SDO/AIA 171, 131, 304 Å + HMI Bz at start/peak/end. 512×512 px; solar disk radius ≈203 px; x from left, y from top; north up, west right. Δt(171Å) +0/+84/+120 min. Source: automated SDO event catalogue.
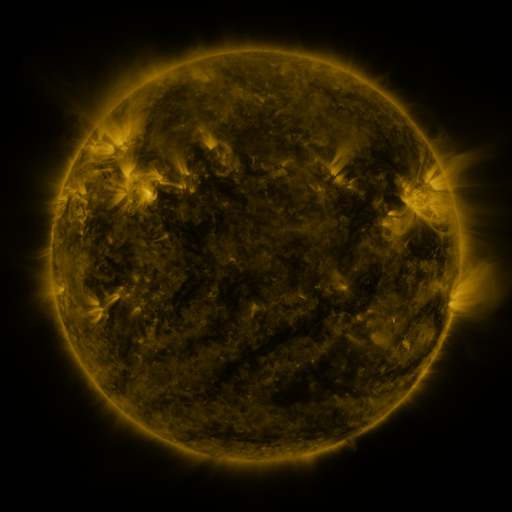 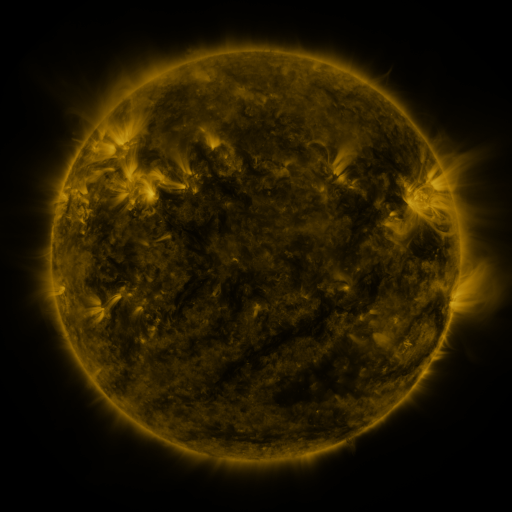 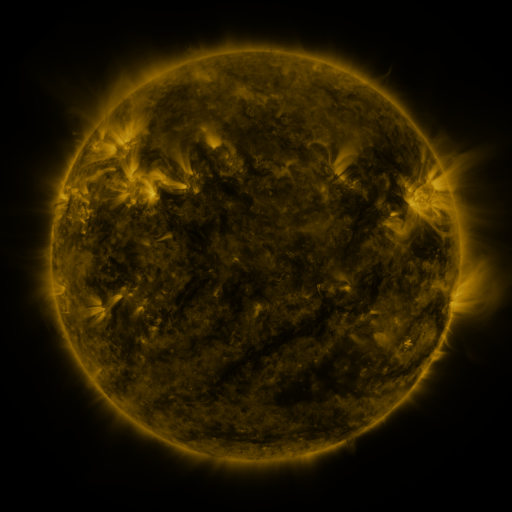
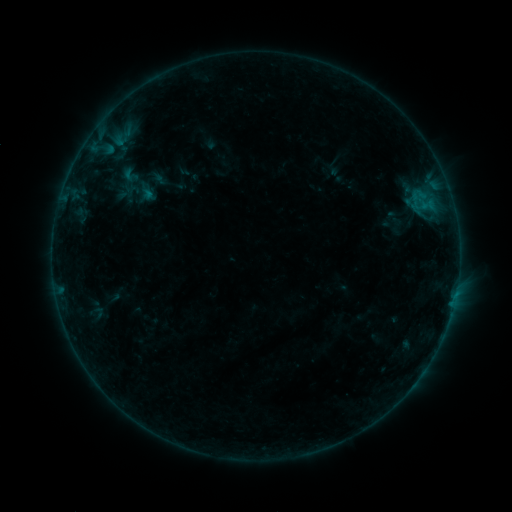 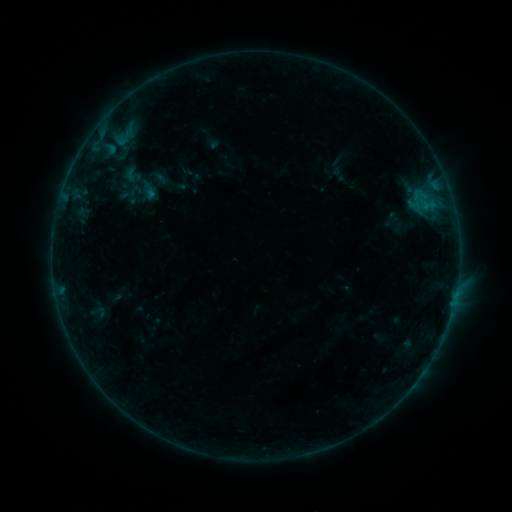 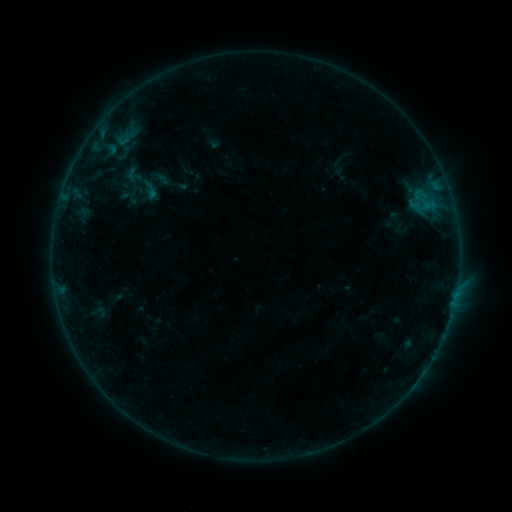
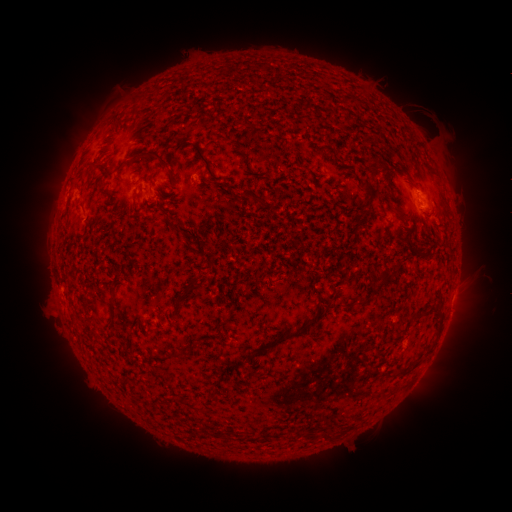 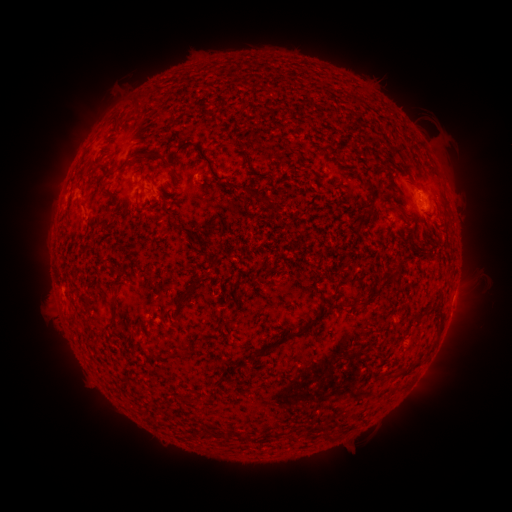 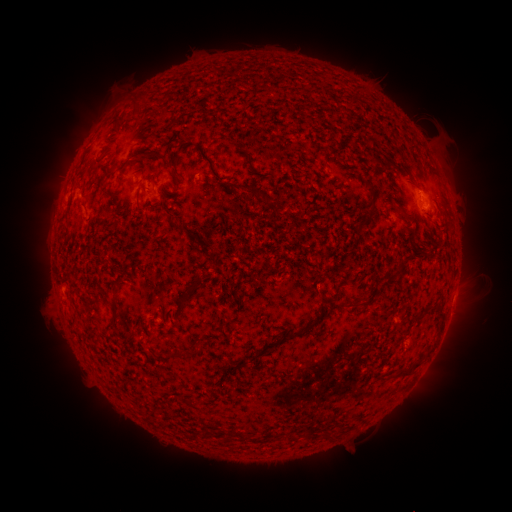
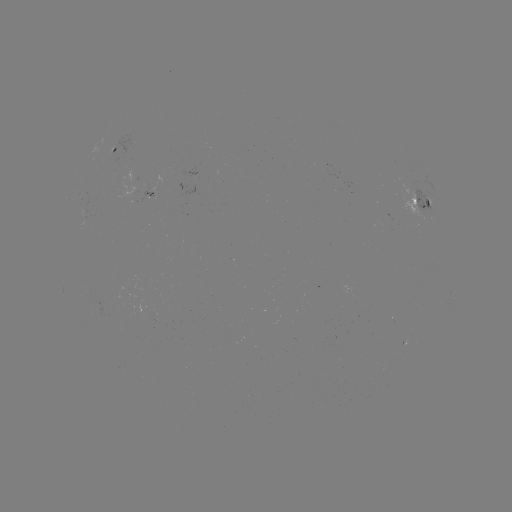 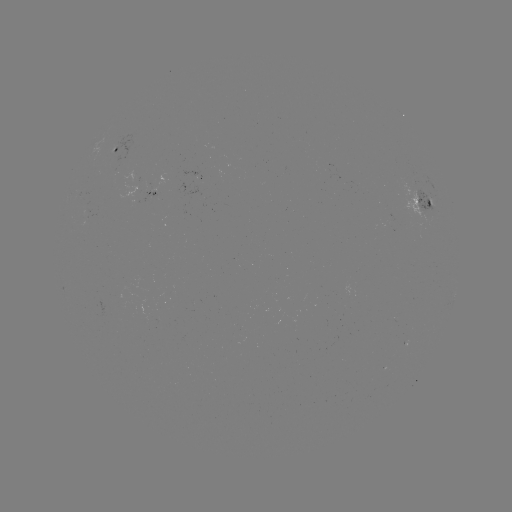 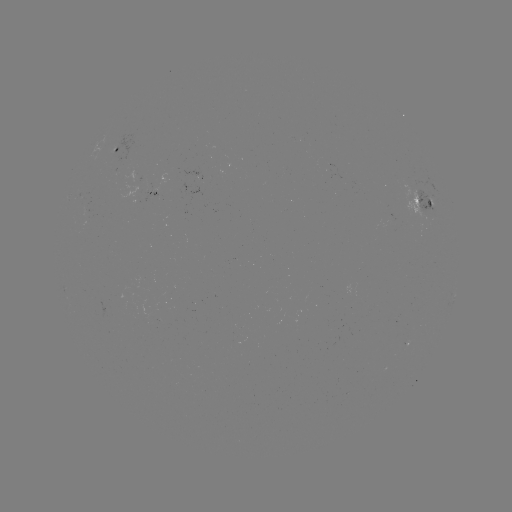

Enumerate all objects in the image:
emerging-flux region: (86, 220)
